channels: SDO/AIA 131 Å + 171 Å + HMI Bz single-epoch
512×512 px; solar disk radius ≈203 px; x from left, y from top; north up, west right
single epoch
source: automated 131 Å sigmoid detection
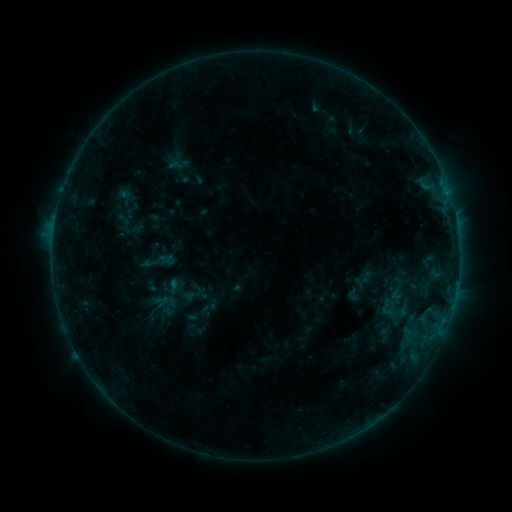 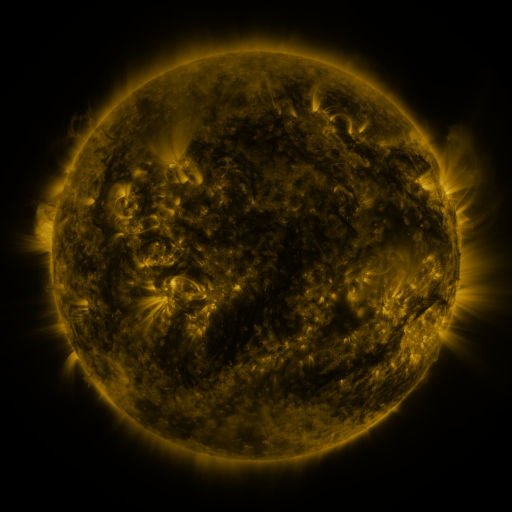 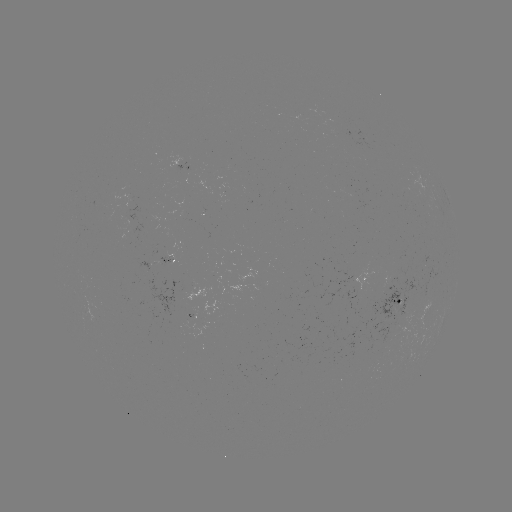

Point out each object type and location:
sigmoid: (157, 261)
